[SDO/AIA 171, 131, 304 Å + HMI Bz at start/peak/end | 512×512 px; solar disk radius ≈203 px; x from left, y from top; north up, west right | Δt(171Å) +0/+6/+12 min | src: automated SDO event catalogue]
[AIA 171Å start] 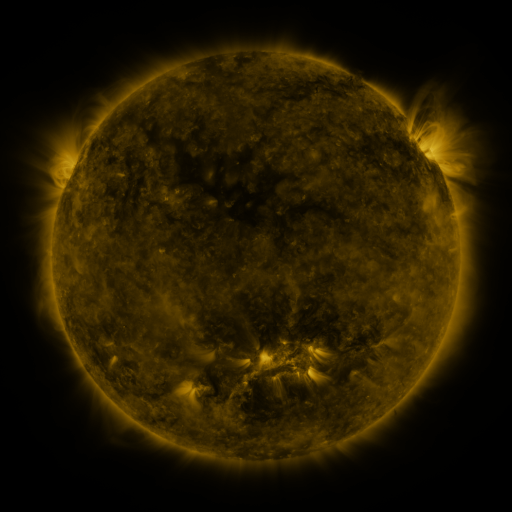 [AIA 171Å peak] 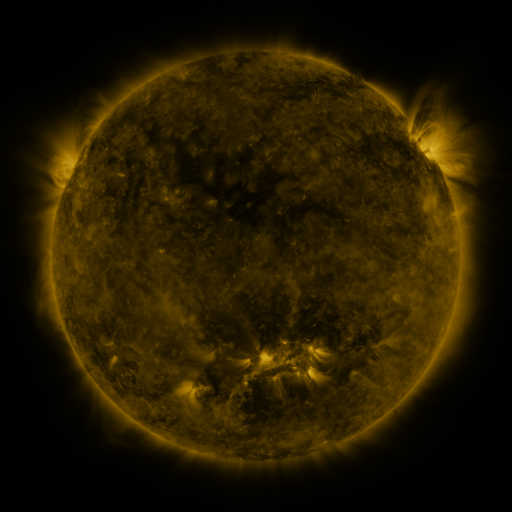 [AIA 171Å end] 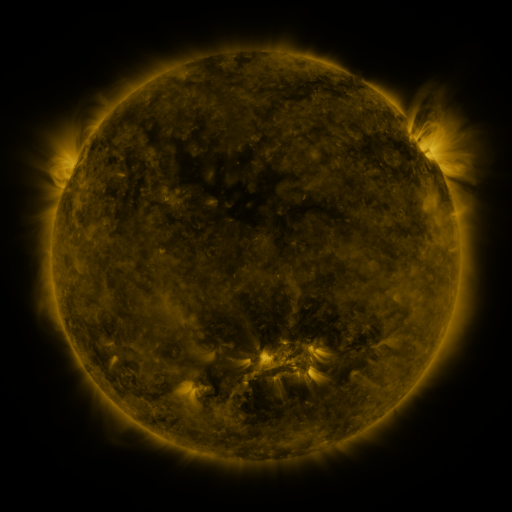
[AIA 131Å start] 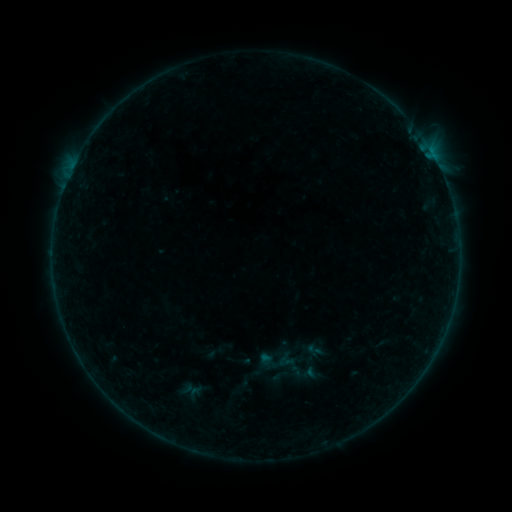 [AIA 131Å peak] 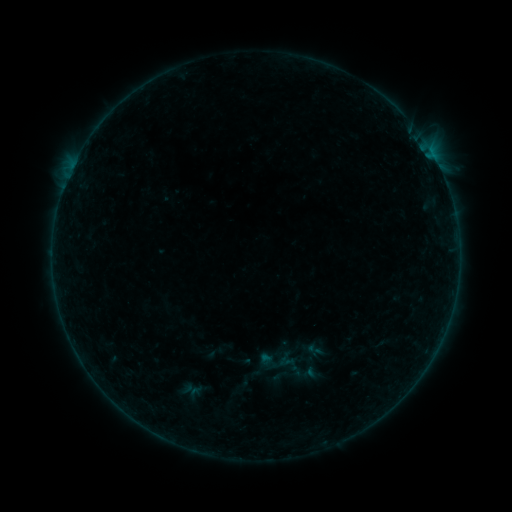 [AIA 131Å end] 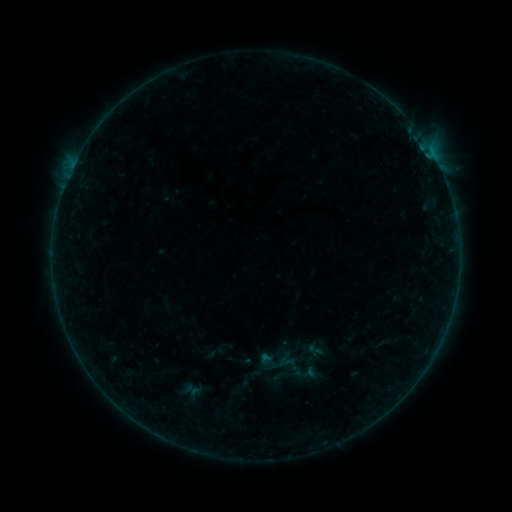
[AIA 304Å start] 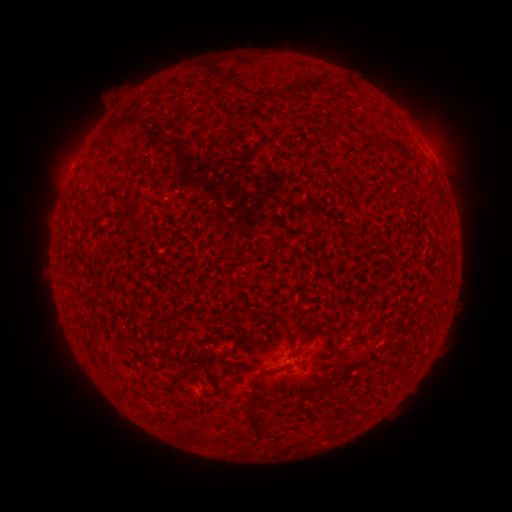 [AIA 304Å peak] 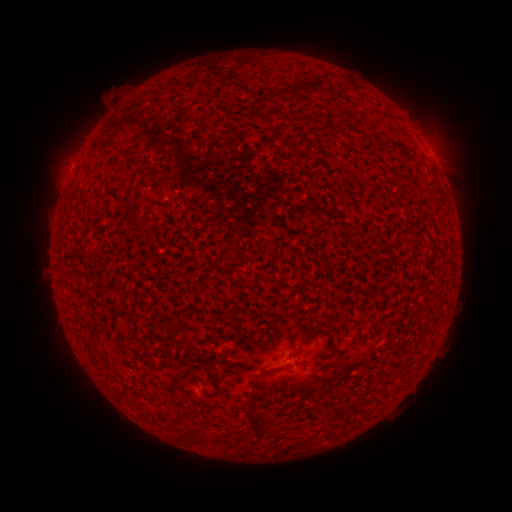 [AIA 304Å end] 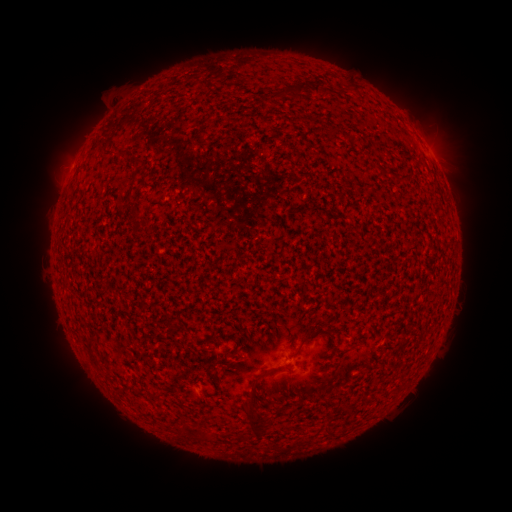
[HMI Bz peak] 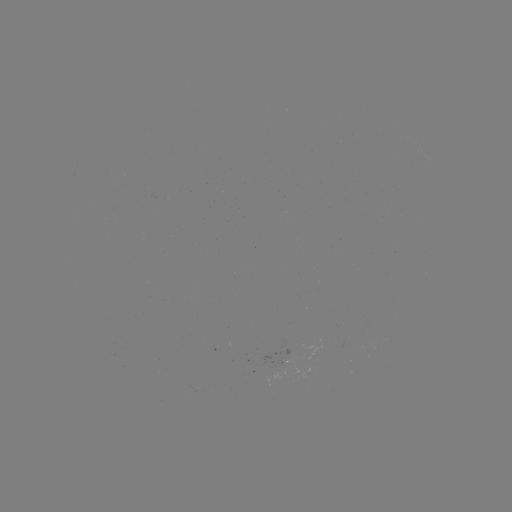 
no catalogued flare and no flagged EUV brightening in this window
